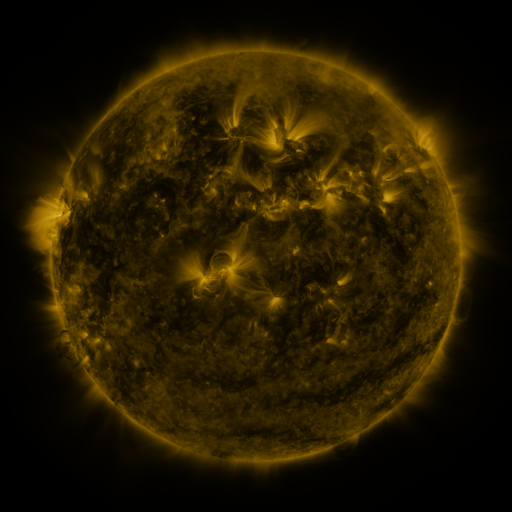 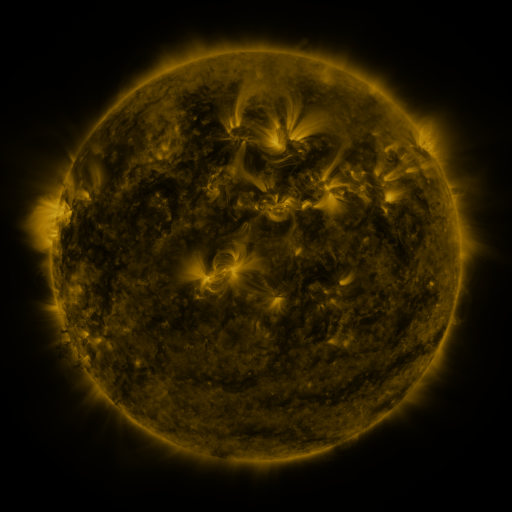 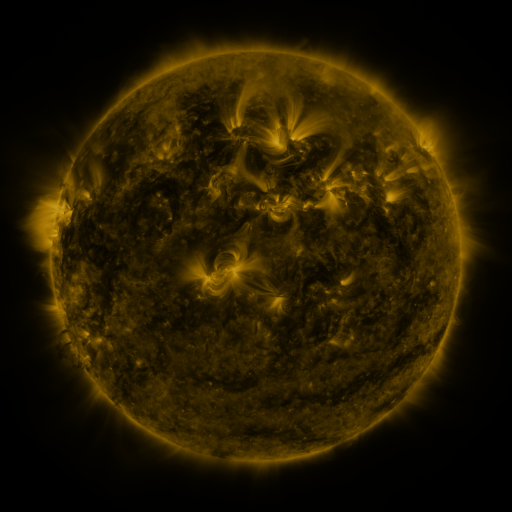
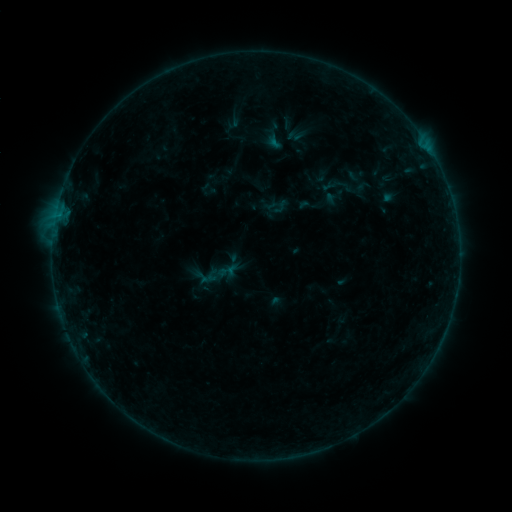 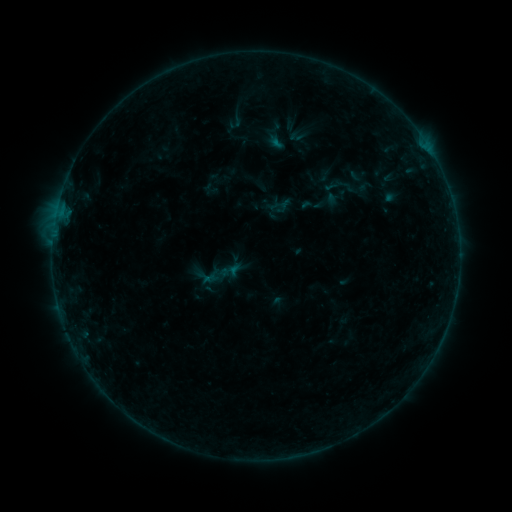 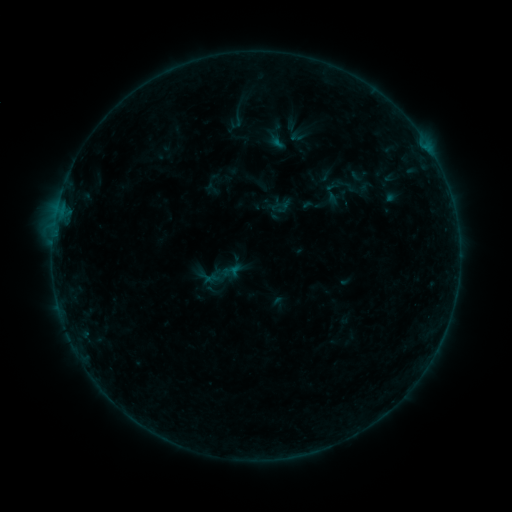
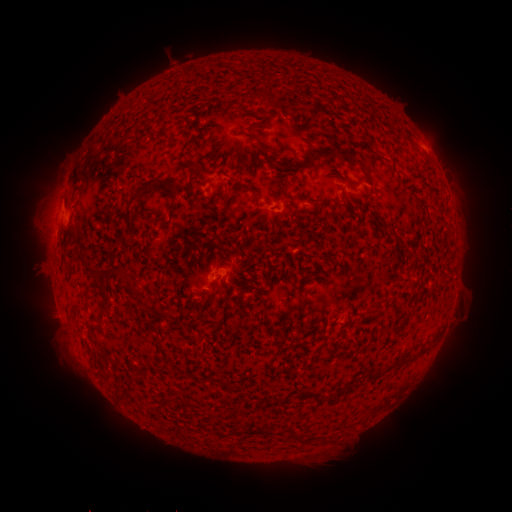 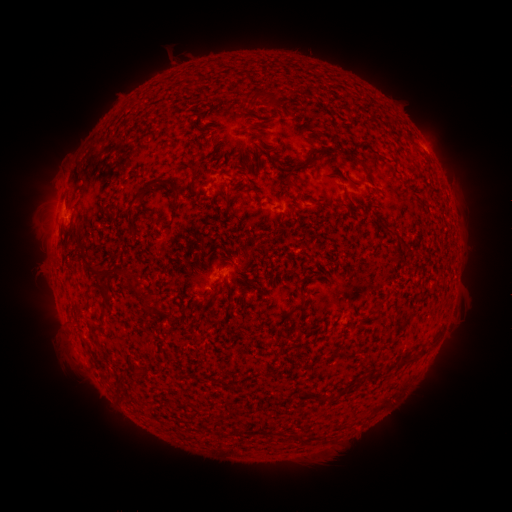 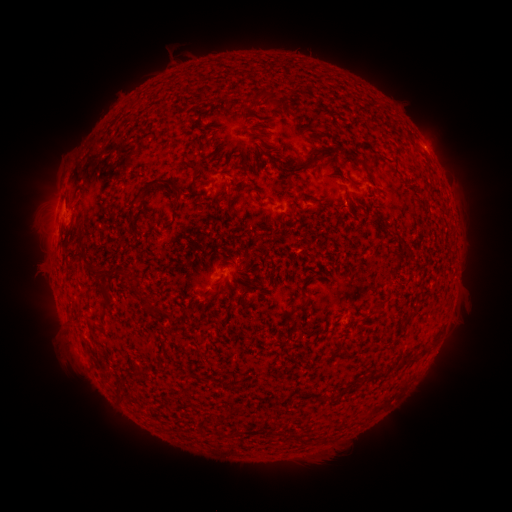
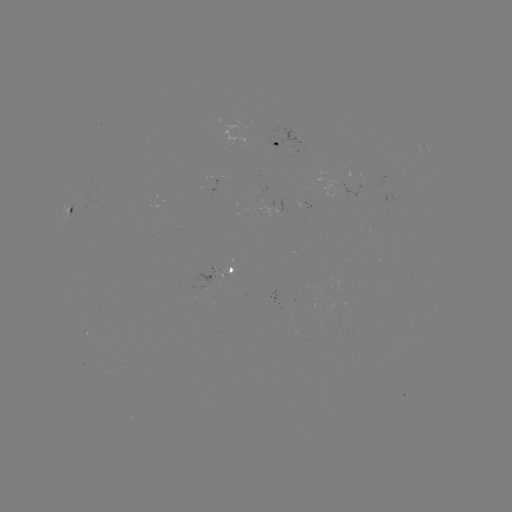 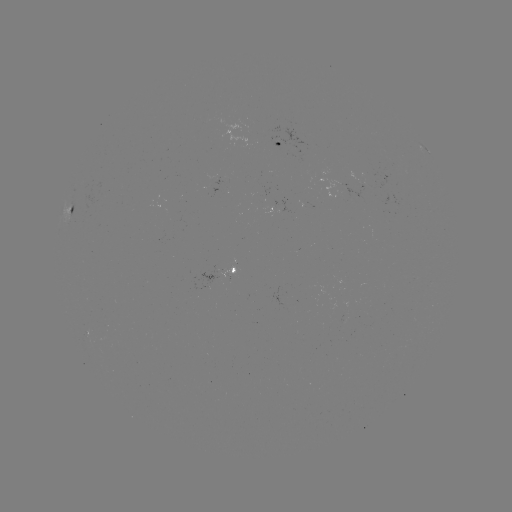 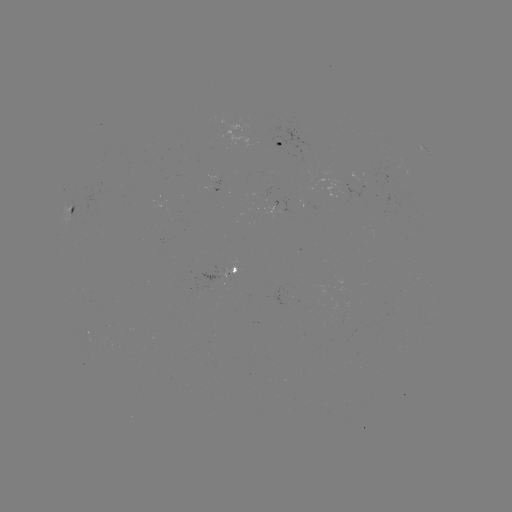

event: emerging-flux region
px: (213, 280)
